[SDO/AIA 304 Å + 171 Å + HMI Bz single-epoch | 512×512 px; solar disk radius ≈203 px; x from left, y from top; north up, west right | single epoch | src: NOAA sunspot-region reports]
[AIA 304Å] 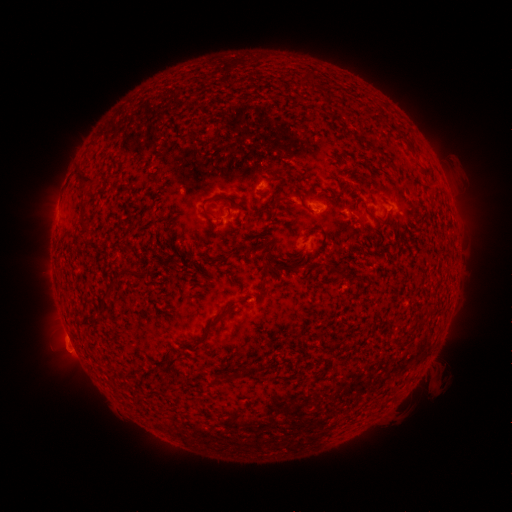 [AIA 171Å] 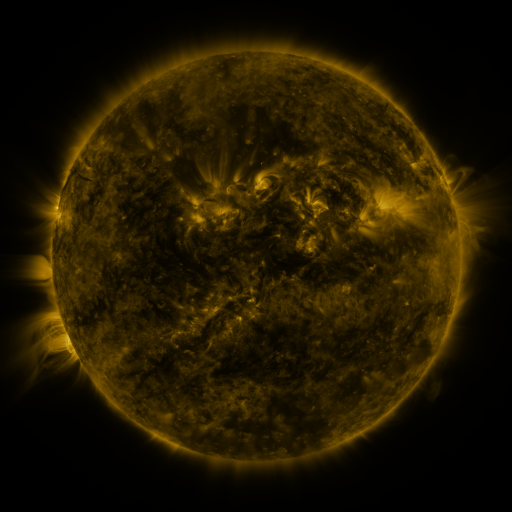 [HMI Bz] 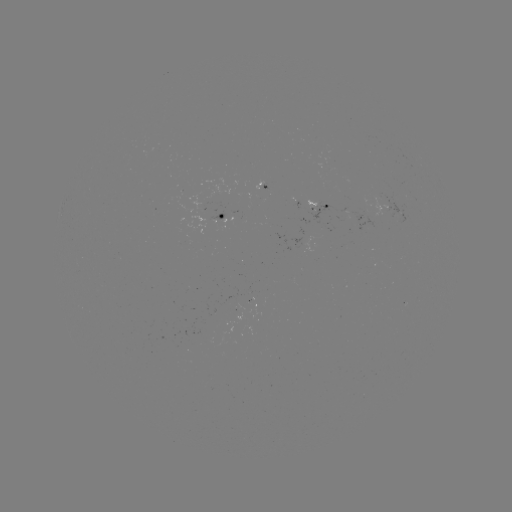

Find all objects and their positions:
spotted active region: (262, 189)
spotted active region: (348, 216)
spotted active region: (224, 217)
